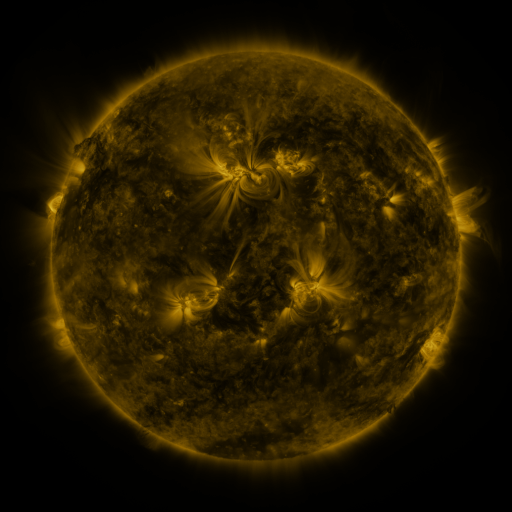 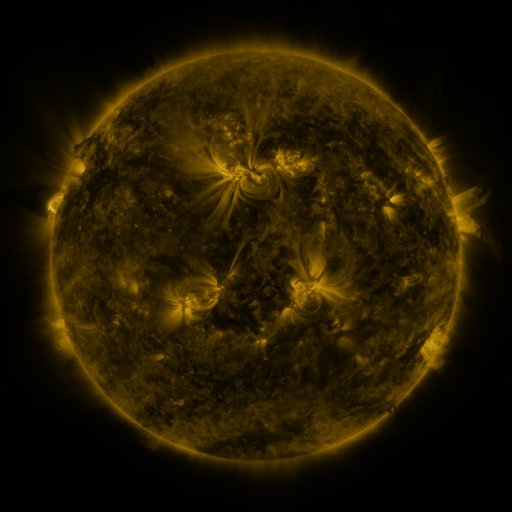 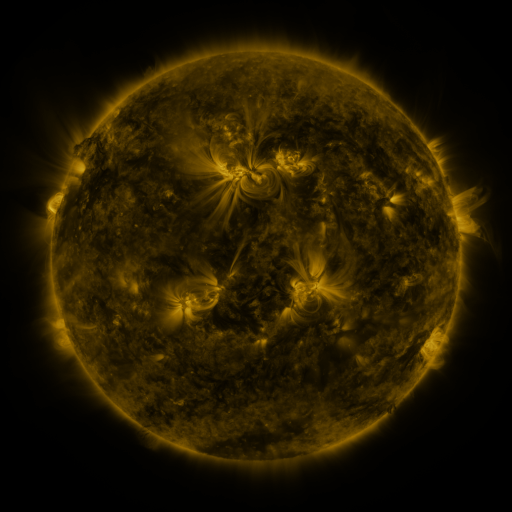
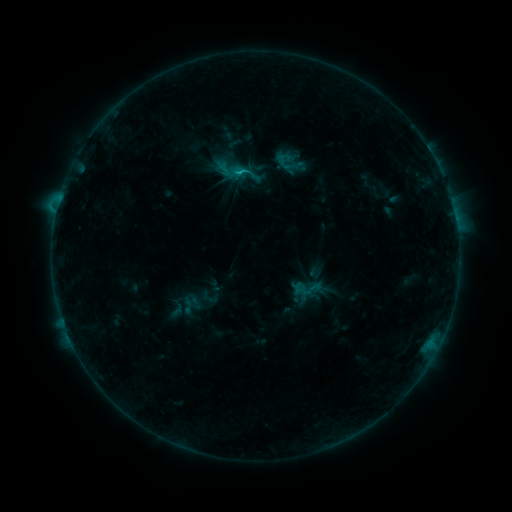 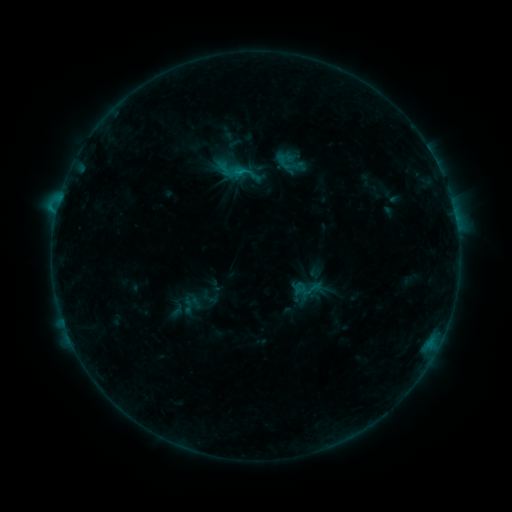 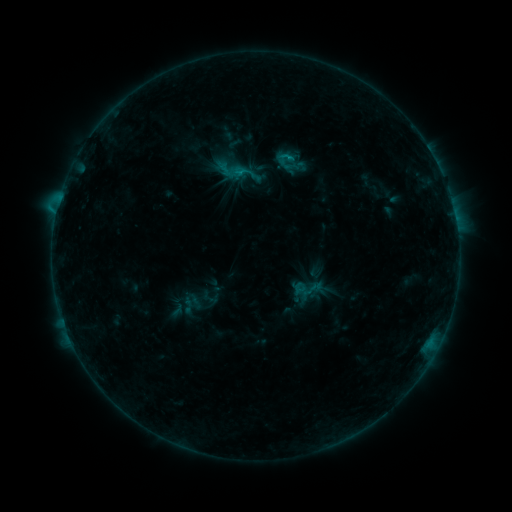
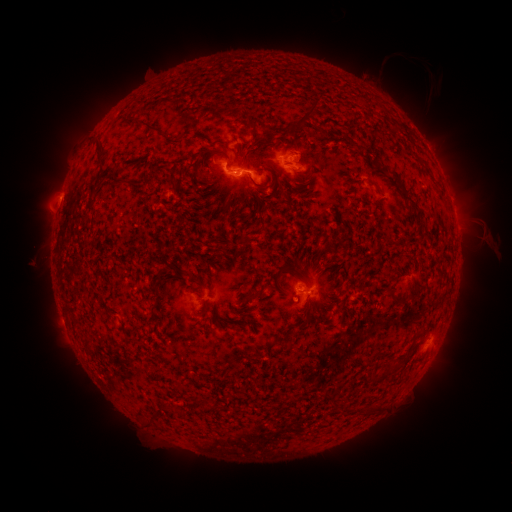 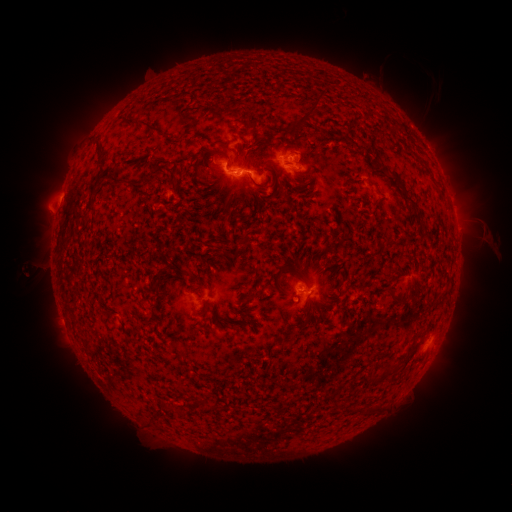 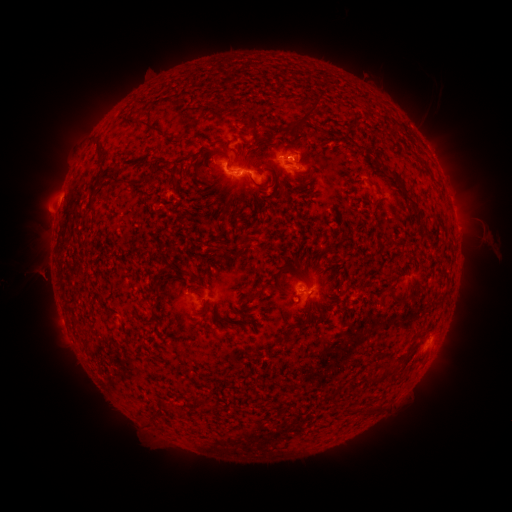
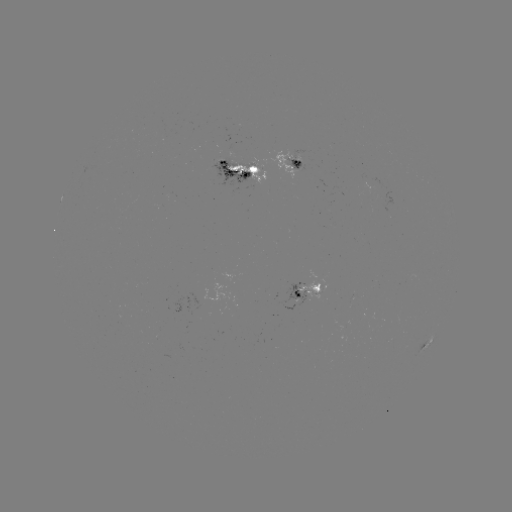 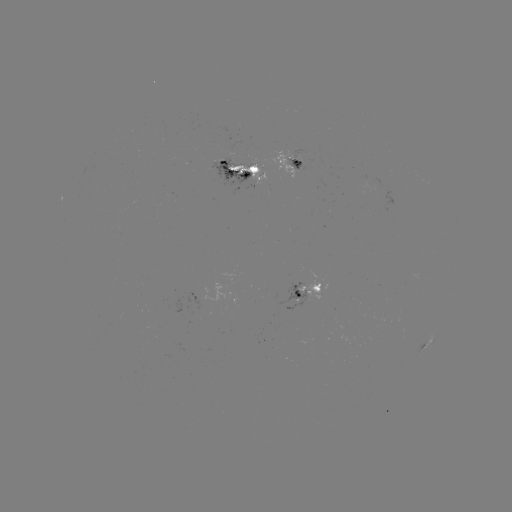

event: eruption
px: (41, 272)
